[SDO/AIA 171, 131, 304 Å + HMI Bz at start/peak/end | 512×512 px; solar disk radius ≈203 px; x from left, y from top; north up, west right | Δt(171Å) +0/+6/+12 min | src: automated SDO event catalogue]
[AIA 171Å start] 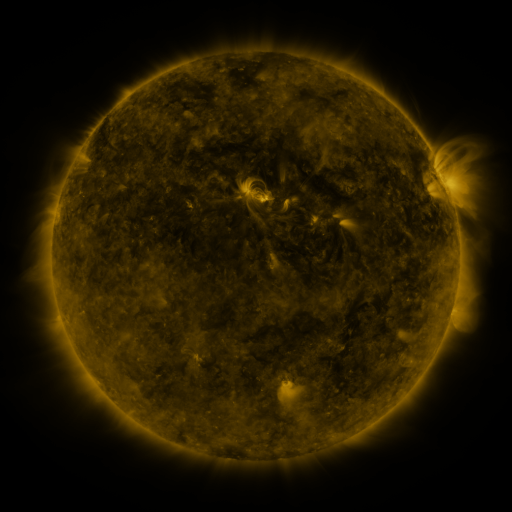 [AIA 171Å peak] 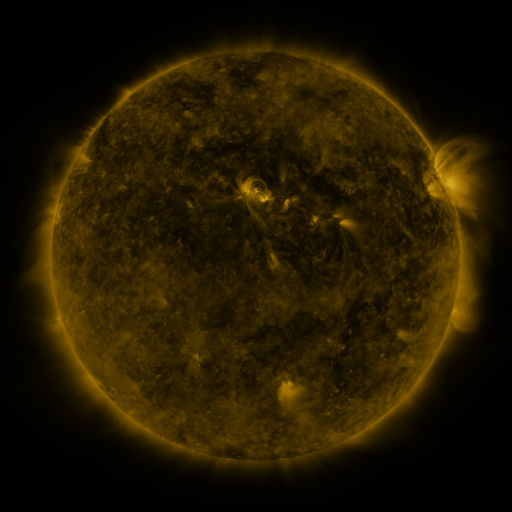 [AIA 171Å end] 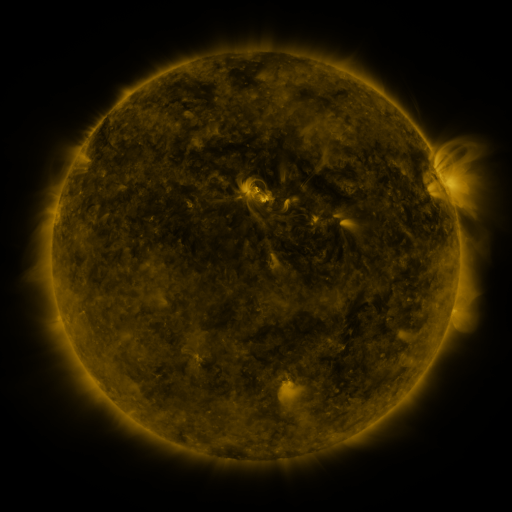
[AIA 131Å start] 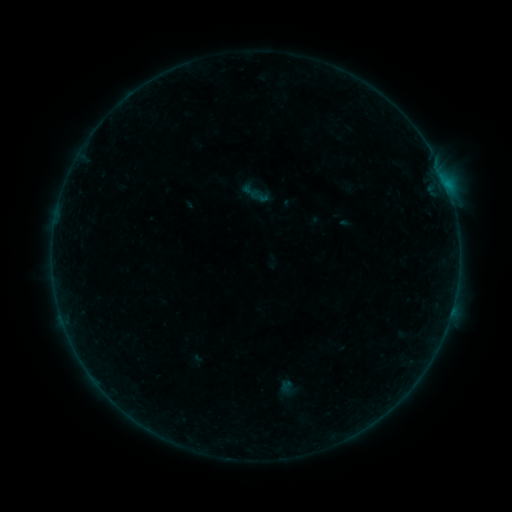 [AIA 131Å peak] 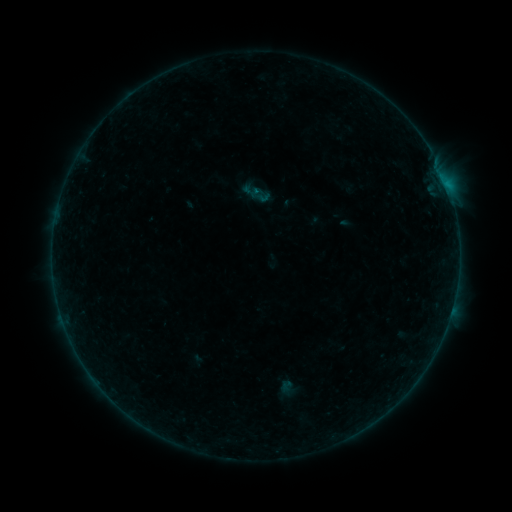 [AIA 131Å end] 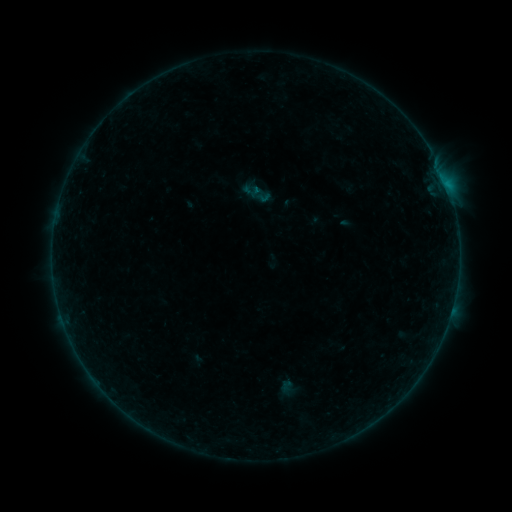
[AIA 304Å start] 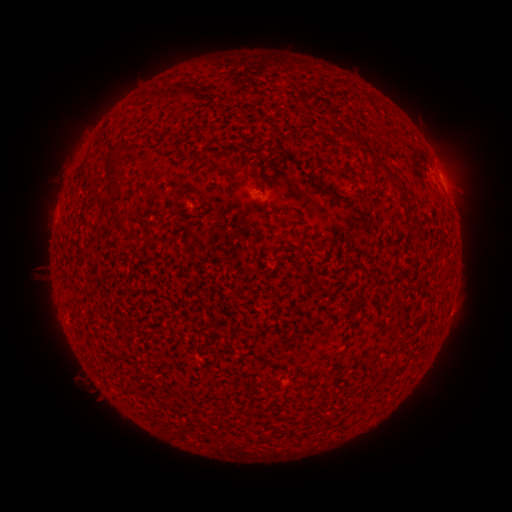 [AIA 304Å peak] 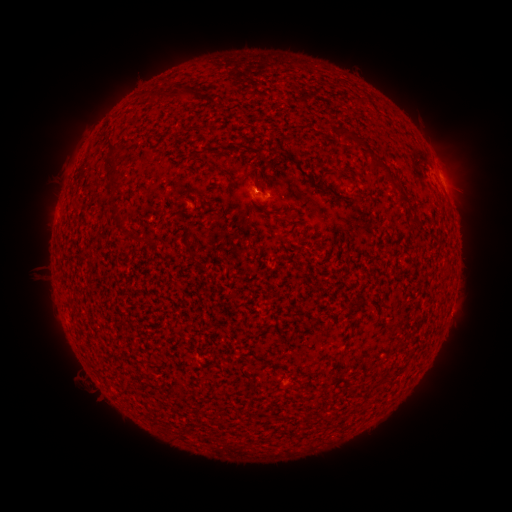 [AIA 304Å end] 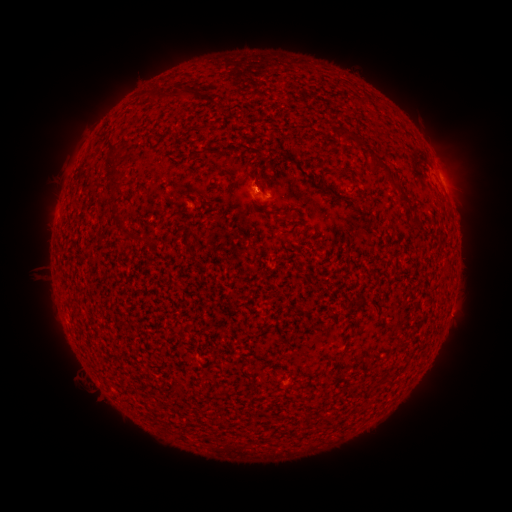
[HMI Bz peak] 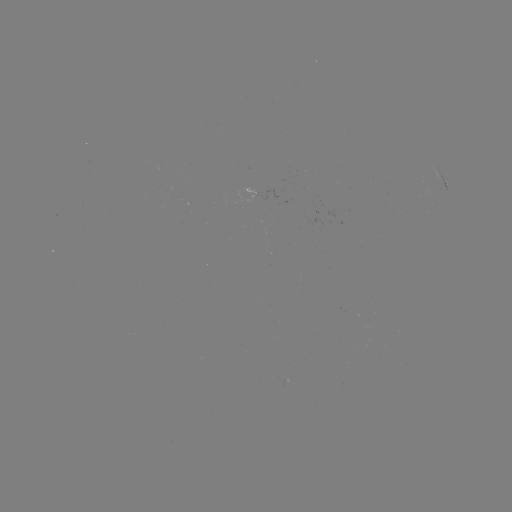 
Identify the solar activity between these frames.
B1.2 flare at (256, 194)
